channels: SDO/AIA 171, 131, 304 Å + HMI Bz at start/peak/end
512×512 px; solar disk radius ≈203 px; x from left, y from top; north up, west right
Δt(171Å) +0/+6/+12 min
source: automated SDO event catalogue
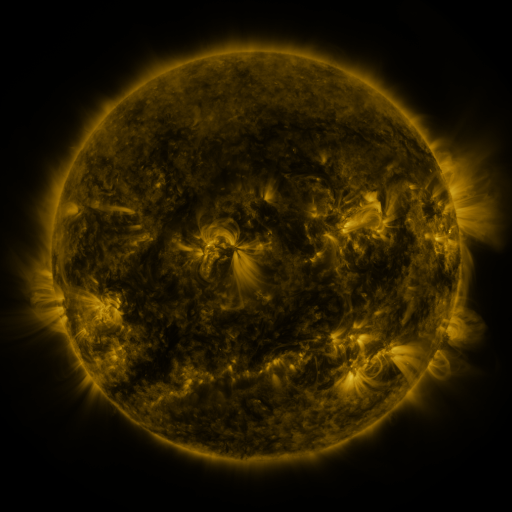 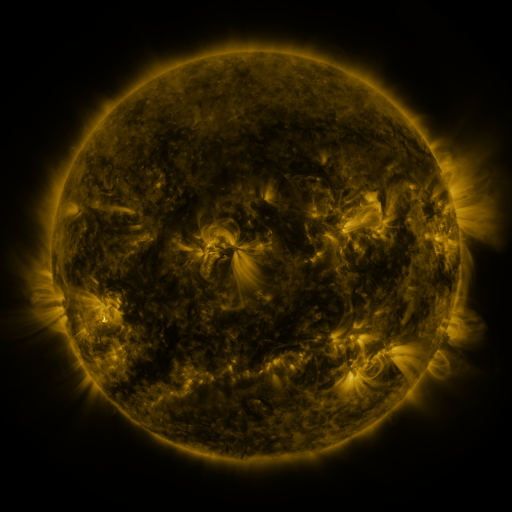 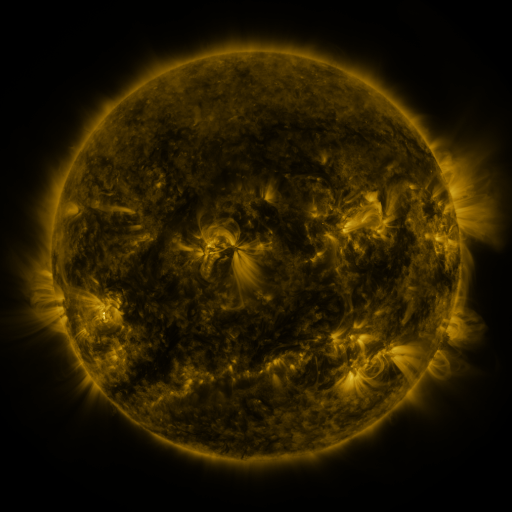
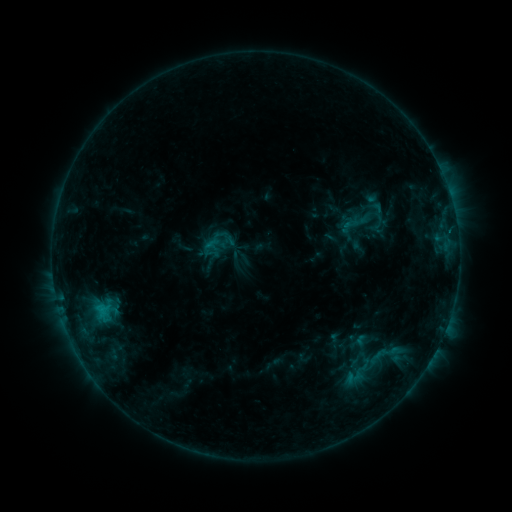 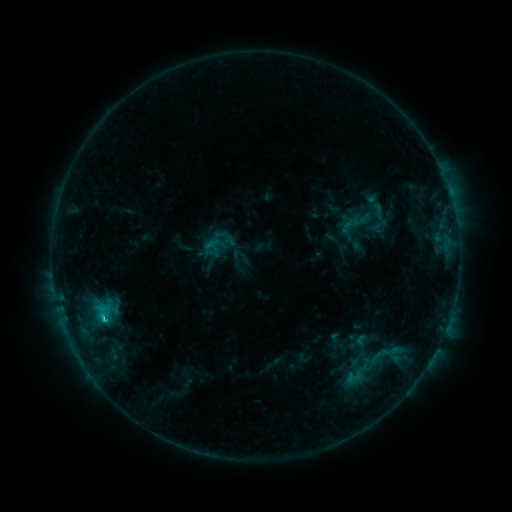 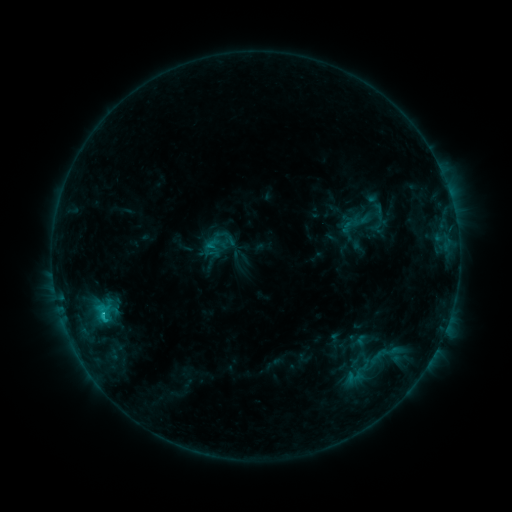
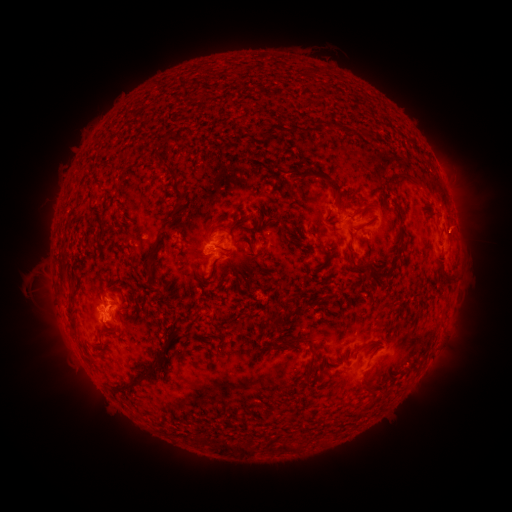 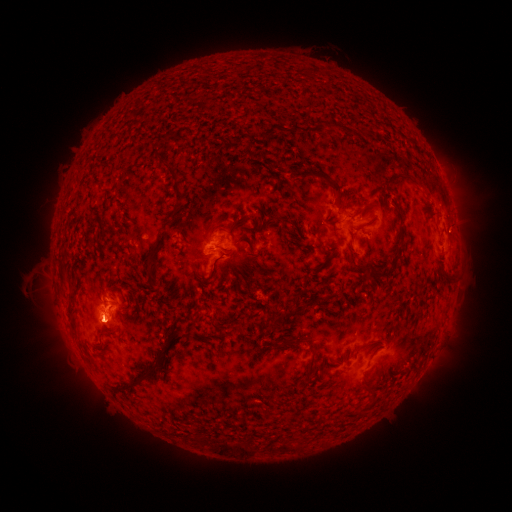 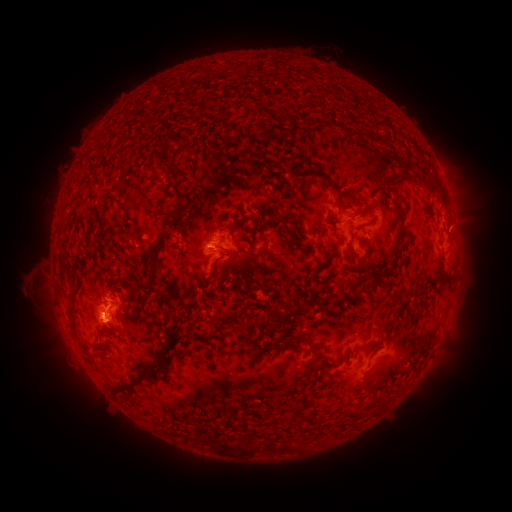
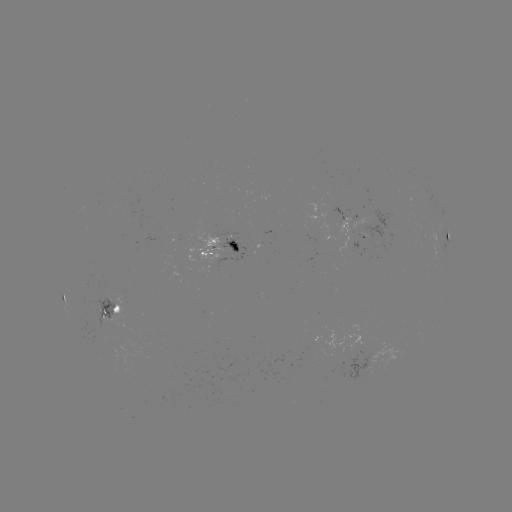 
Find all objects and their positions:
C1.9 flare: (103, 309)
